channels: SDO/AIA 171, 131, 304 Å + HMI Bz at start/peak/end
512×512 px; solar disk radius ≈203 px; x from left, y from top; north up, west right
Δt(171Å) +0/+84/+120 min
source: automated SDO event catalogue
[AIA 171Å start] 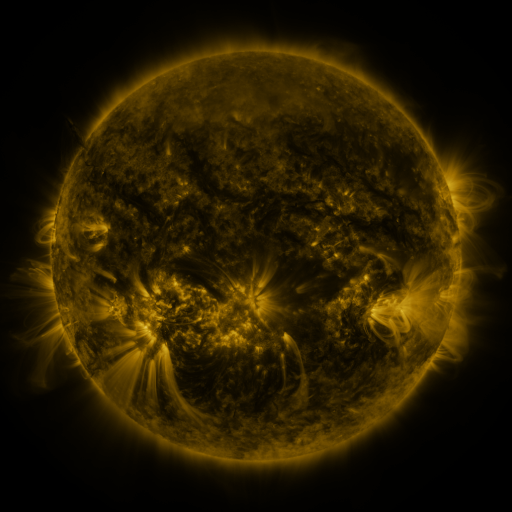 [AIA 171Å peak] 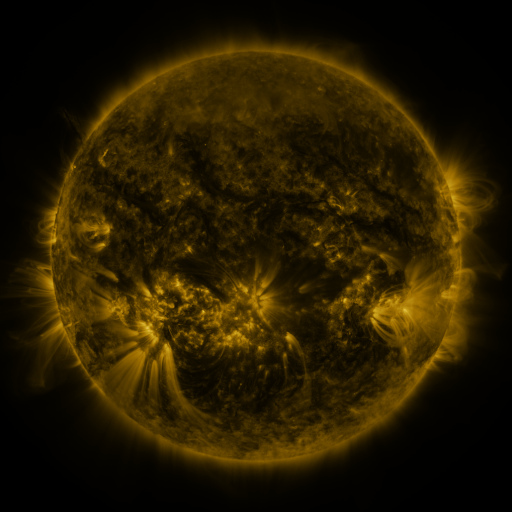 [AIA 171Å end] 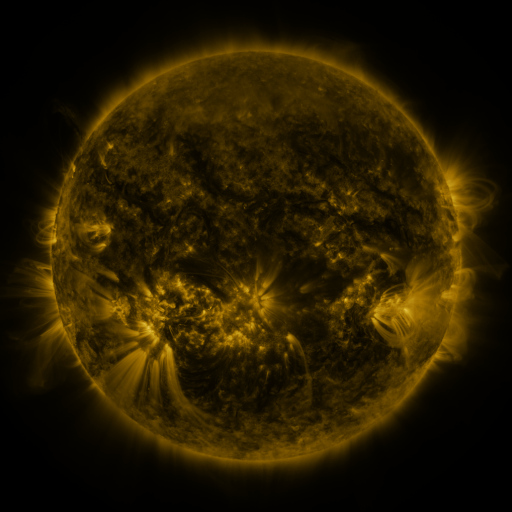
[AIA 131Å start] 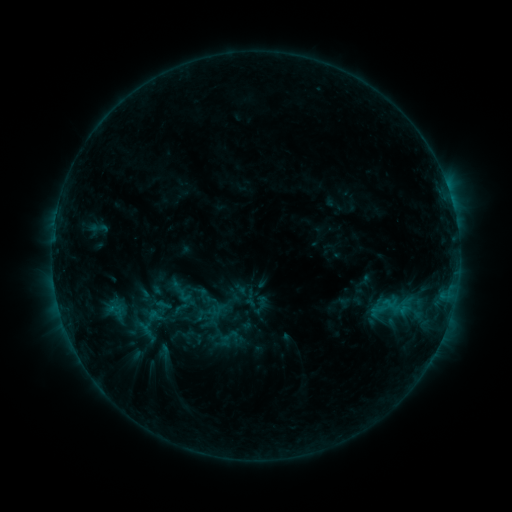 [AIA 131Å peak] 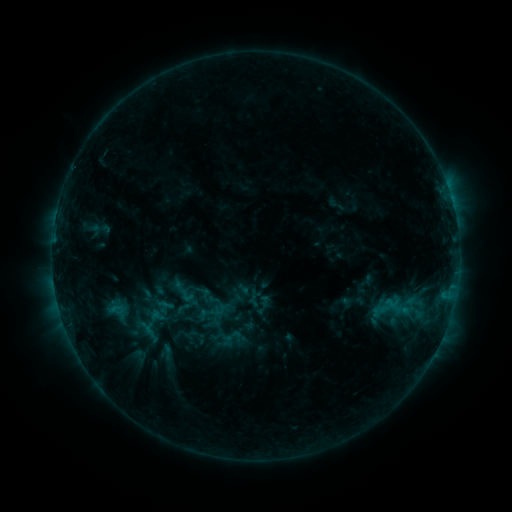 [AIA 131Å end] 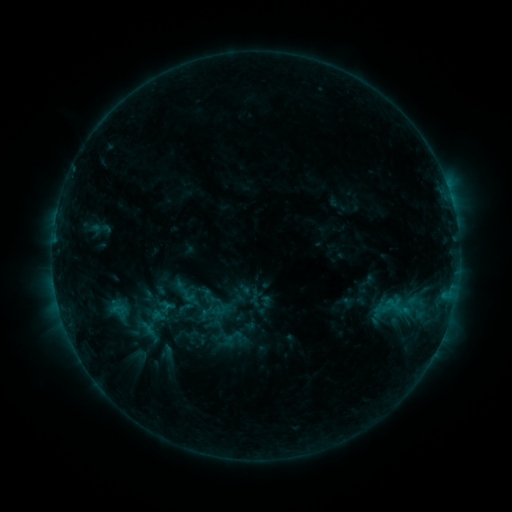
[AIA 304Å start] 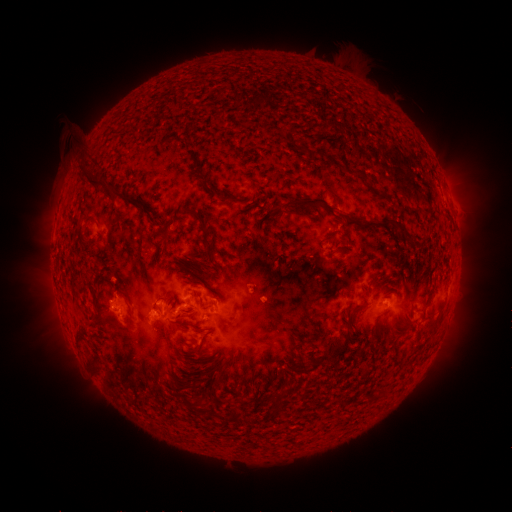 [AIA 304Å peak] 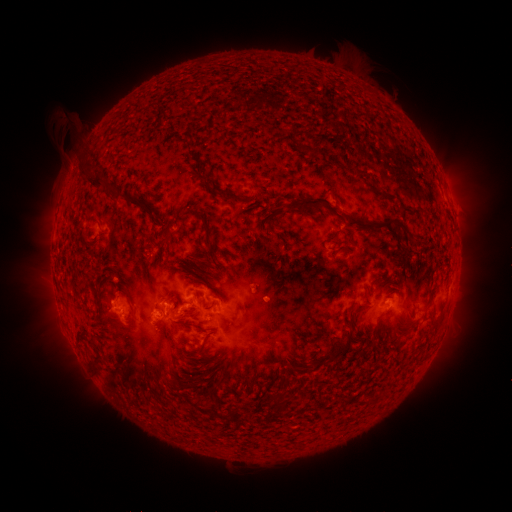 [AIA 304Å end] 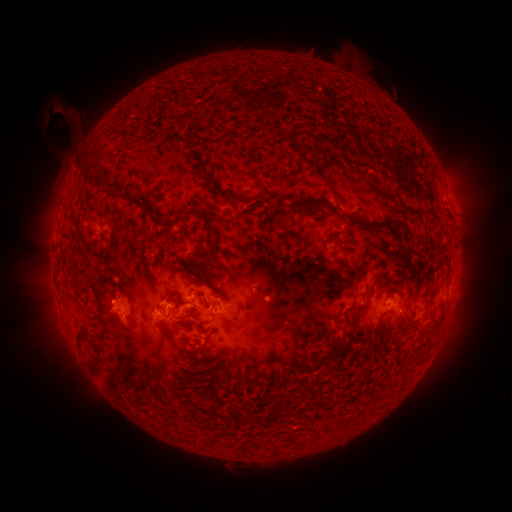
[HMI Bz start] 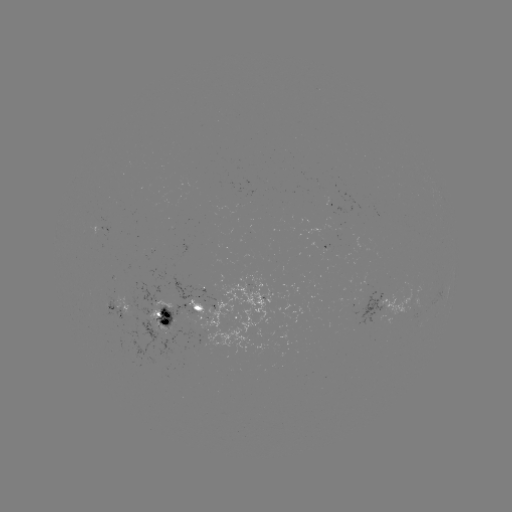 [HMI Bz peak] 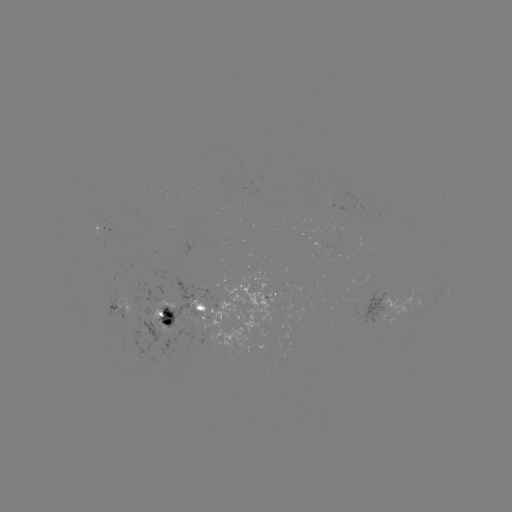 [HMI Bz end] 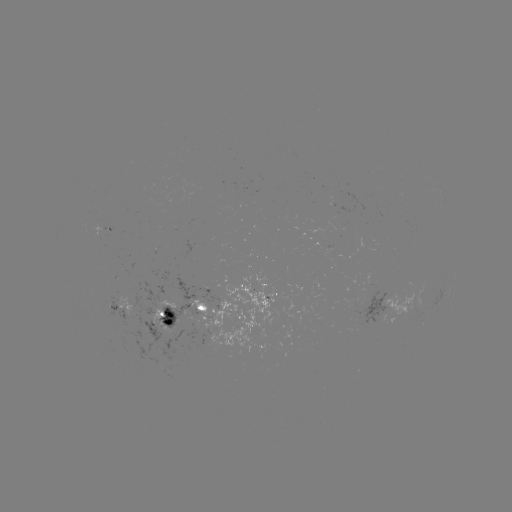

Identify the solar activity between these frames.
emerging-flux region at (98, 224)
